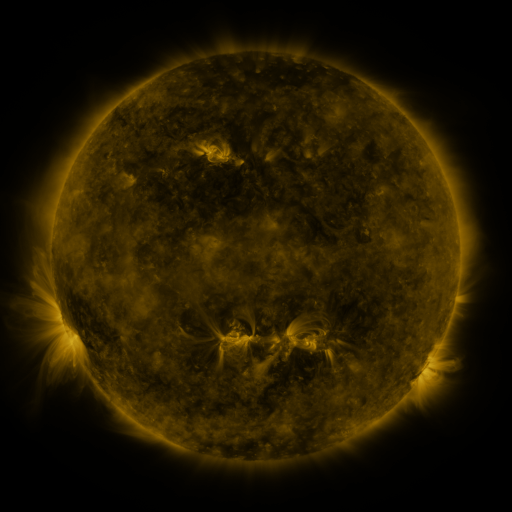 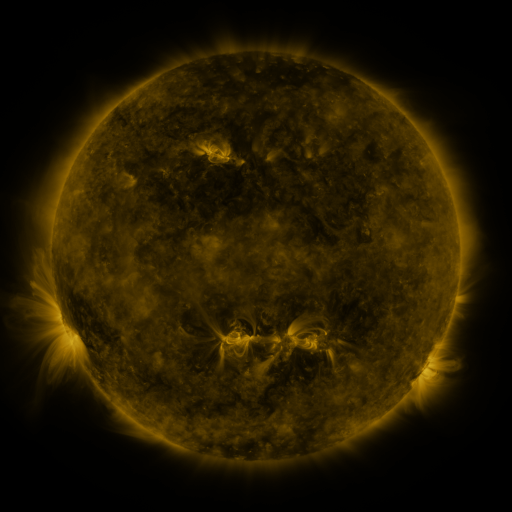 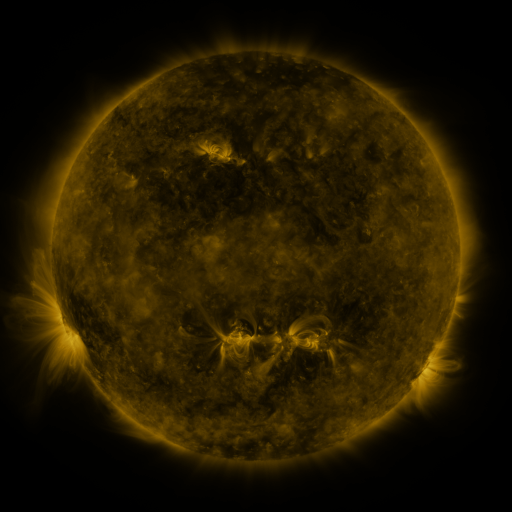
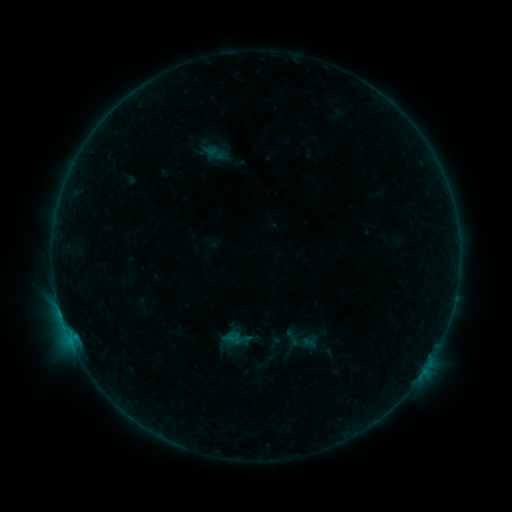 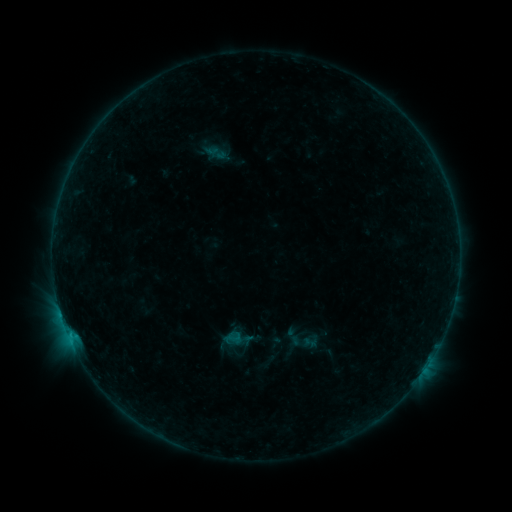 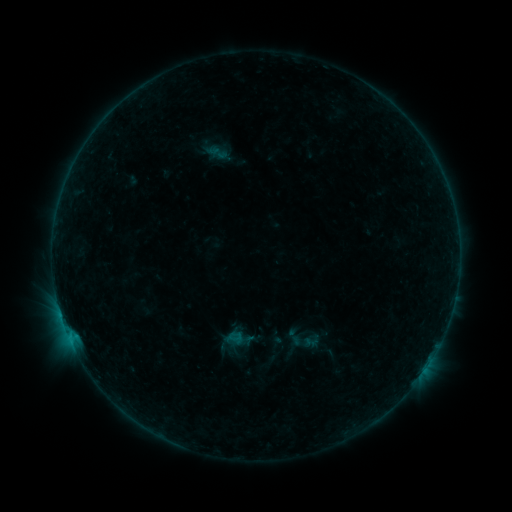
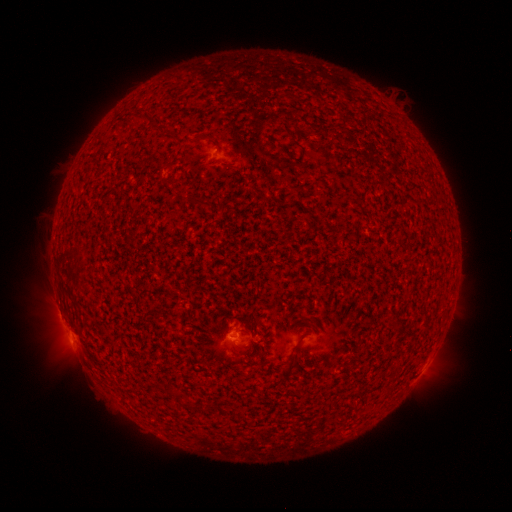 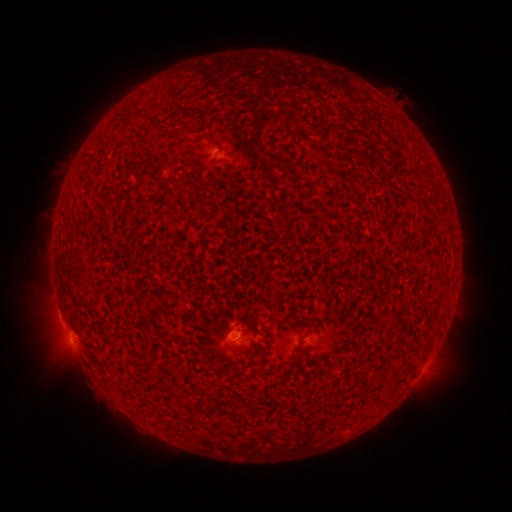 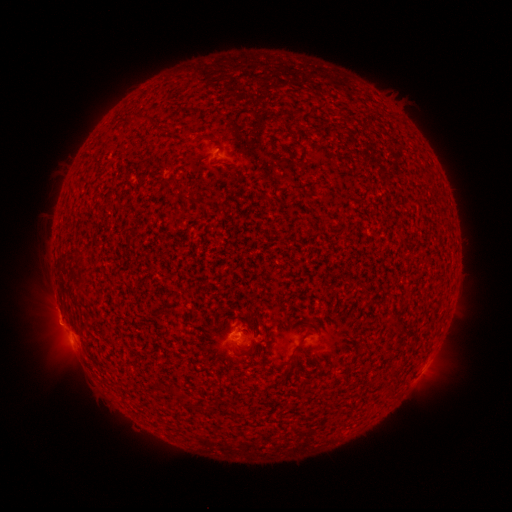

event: flare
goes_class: B6.6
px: (69, 333)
